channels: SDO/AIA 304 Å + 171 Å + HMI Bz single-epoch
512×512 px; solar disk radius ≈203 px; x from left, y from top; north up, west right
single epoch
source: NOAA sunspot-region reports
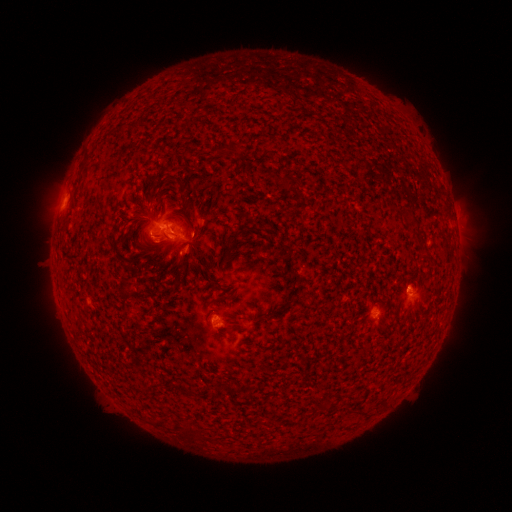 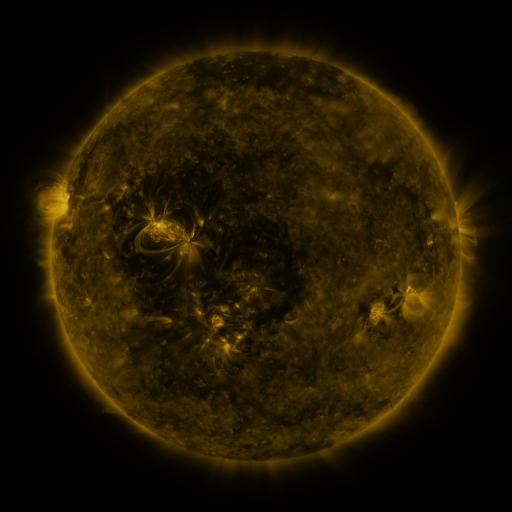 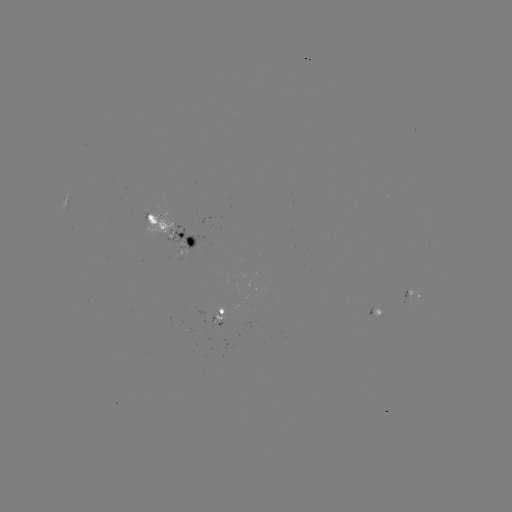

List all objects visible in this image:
spotted active region: (172, 229)
spotted active region: (412, 300)
spotted active region: (374, 311)
spotted active region: (224, 316)
